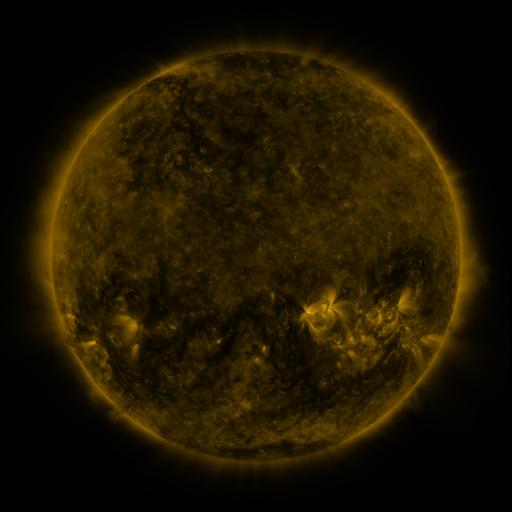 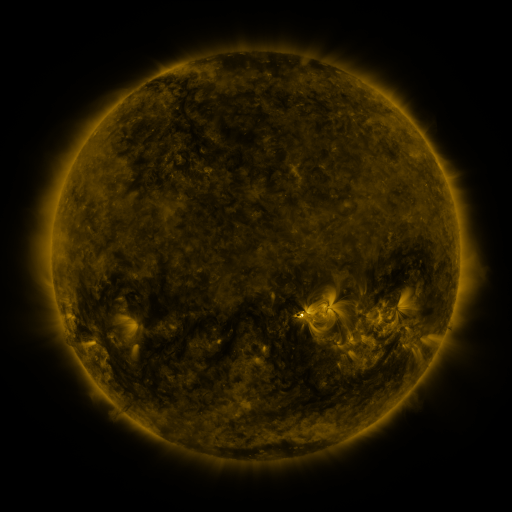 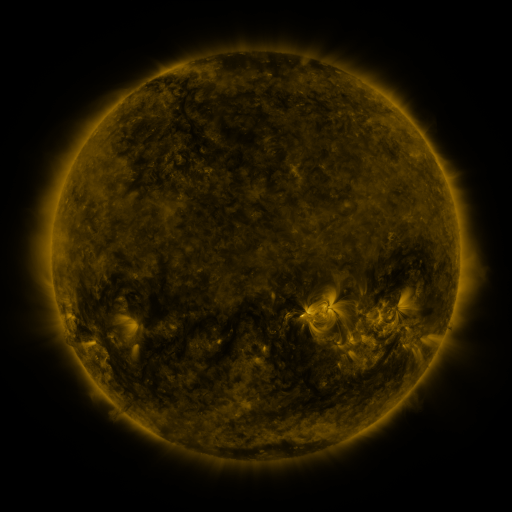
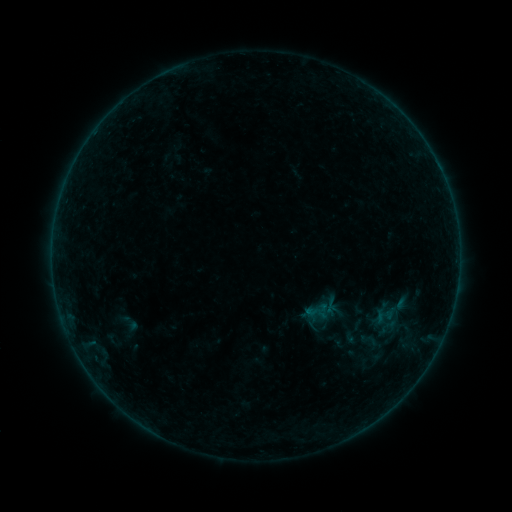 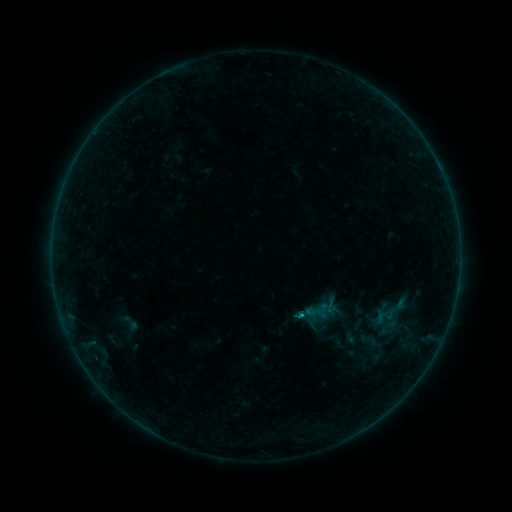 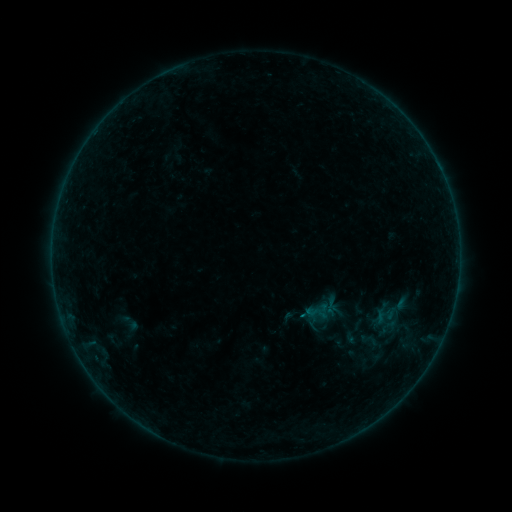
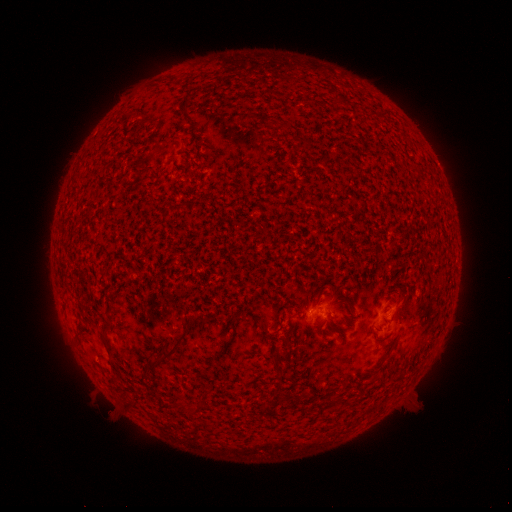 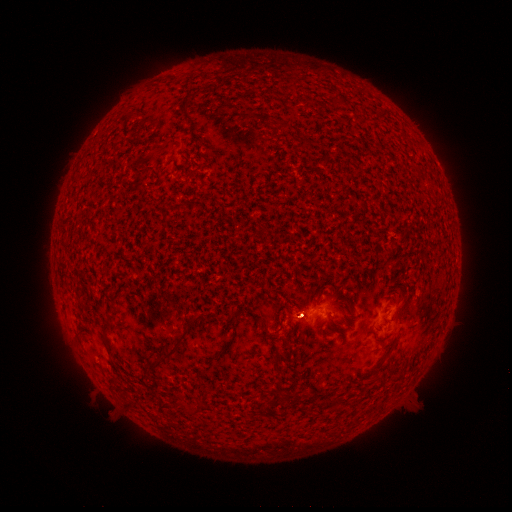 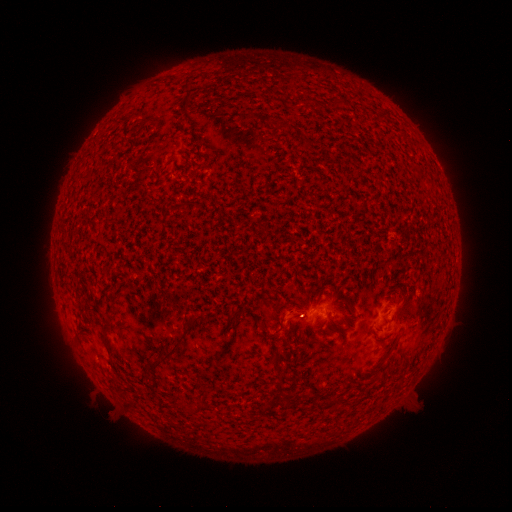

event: flare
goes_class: B1.5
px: (299, 312)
